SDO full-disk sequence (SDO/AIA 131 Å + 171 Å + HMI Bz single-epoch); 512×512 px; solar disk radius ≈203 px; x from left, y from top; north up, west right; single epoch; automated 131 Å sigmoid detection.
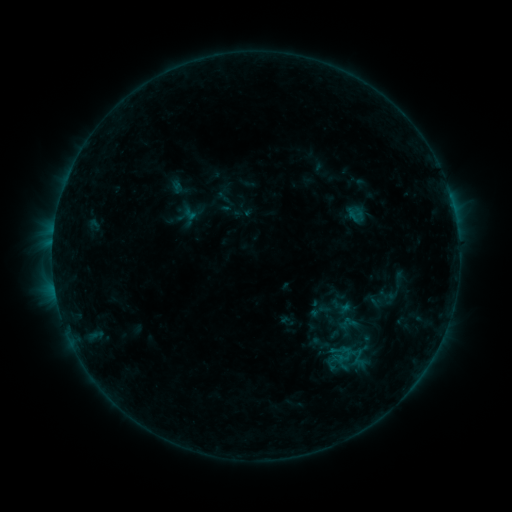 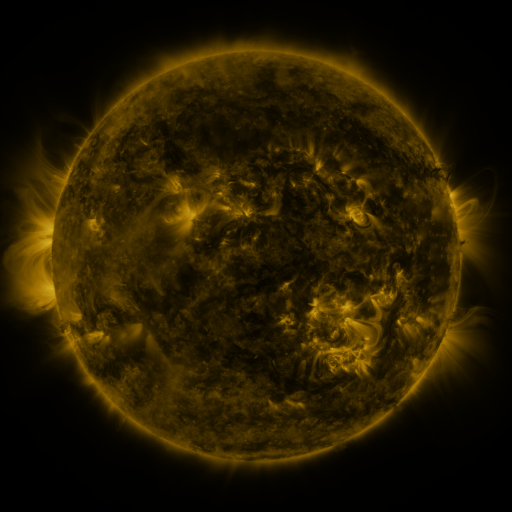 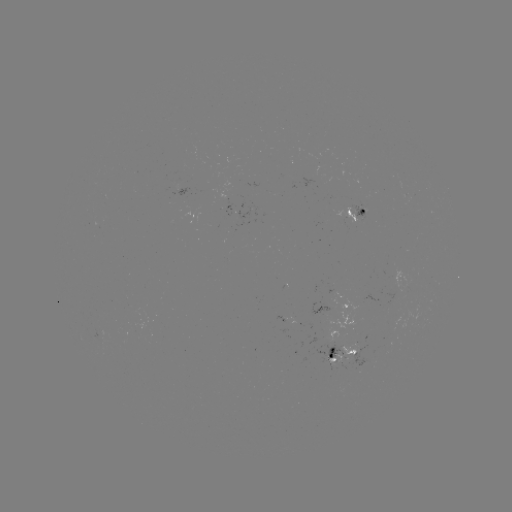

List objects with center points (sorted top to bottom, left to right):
sigmoid: (346, 324)
